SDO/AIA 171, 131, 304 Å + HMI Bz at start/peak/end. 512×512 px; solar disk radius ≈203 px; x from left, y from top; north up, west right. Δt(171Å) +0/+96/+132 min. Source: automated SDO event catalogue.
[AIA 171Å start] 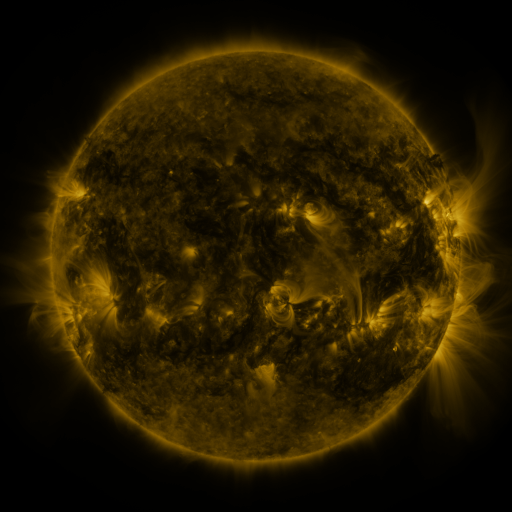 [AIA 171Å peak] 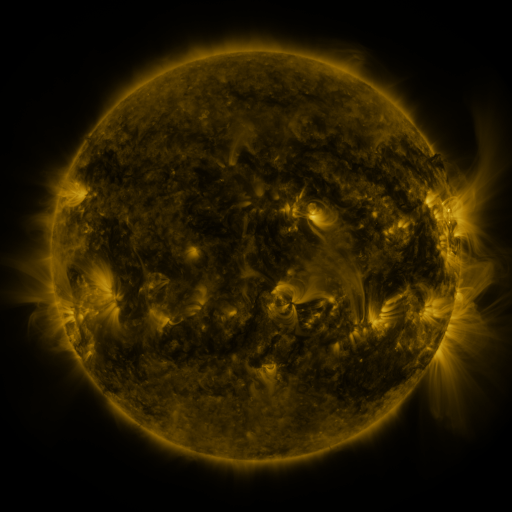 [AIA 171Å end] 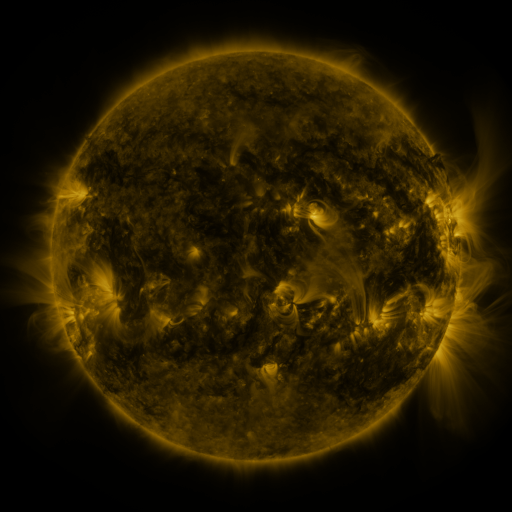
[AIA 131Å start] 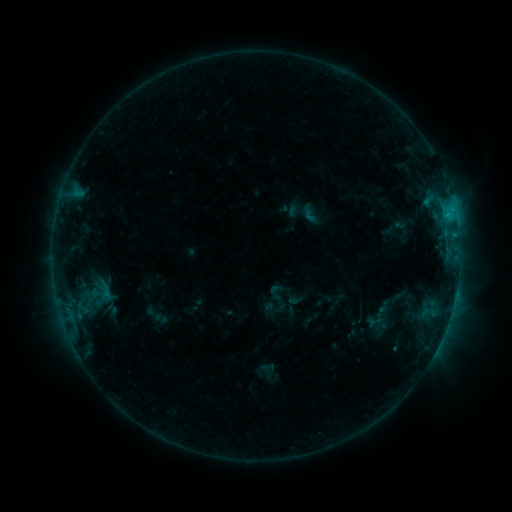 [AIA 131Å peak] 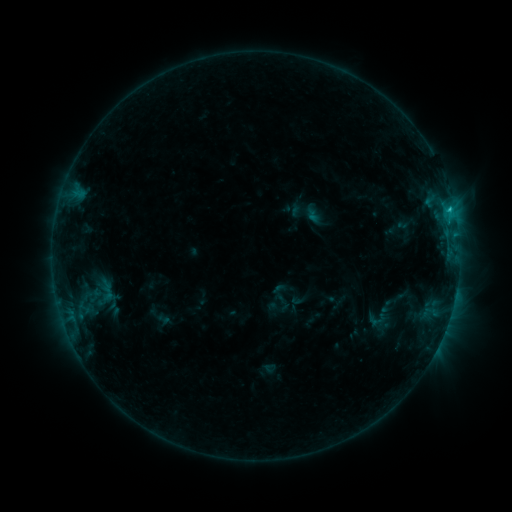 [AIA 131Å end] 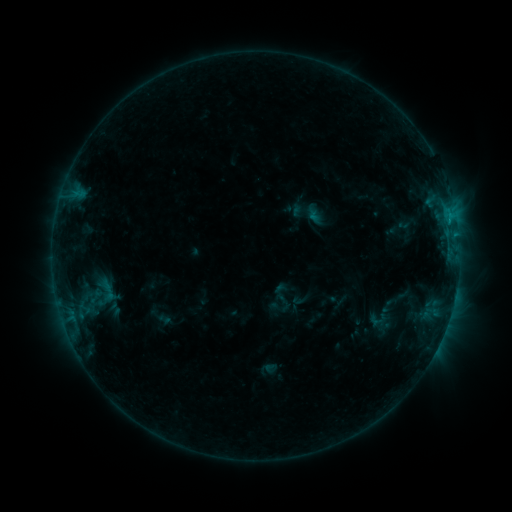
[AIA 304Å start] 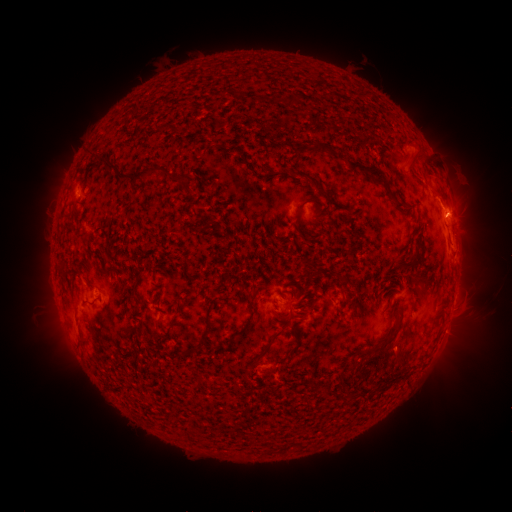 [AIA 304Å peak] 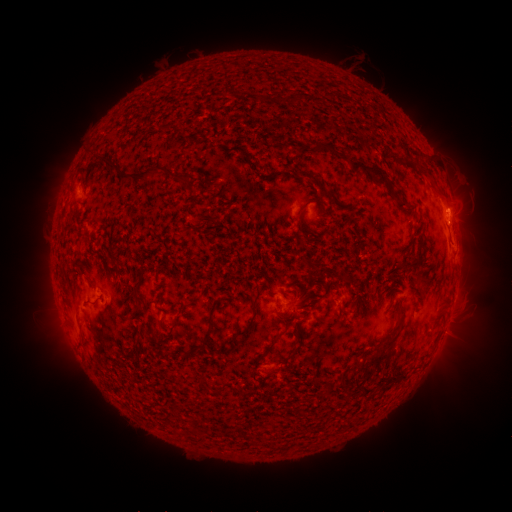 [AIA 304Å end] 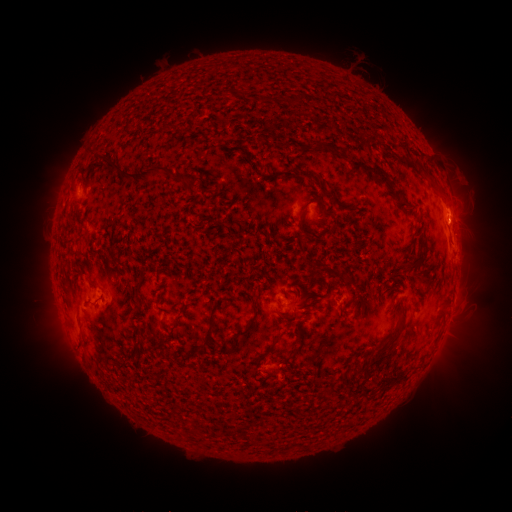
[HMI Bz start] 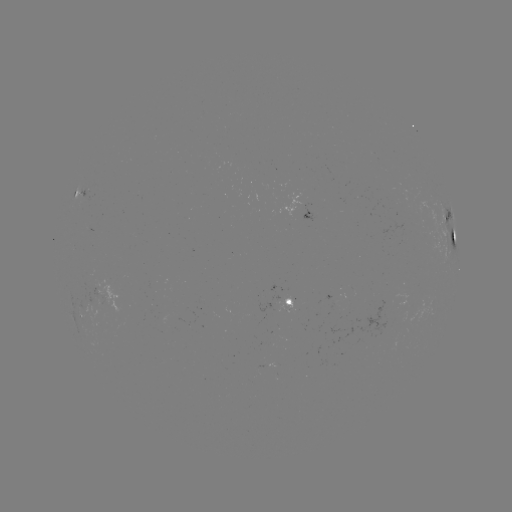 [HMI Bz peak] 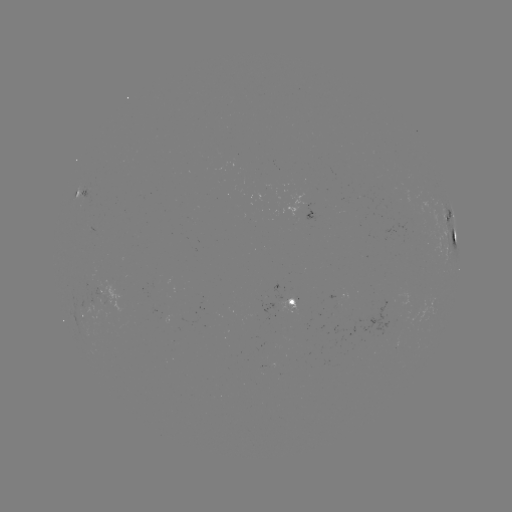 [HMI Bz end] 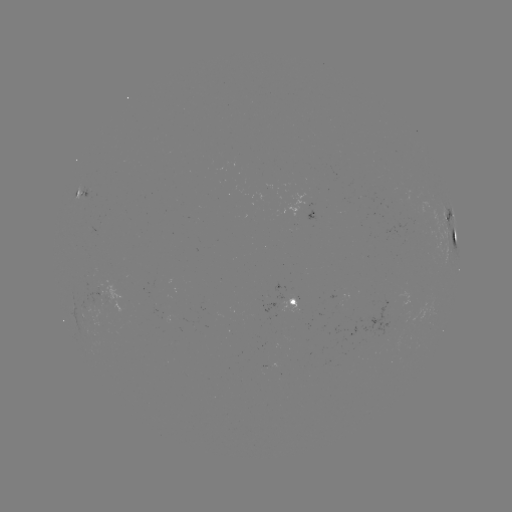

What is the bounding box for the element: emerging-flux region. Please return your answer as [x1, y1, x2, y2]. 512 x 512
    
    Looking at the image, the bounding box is [159, 312, 174, 324].